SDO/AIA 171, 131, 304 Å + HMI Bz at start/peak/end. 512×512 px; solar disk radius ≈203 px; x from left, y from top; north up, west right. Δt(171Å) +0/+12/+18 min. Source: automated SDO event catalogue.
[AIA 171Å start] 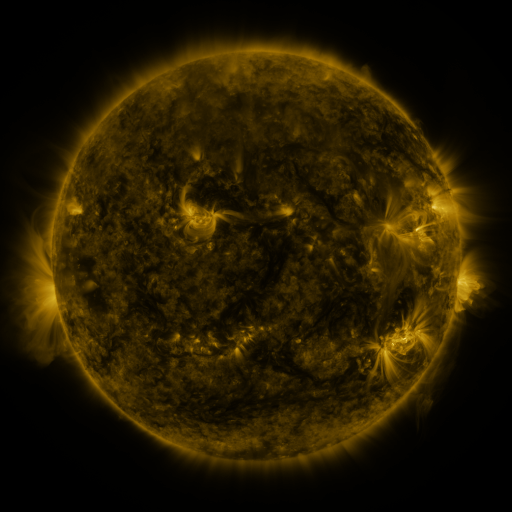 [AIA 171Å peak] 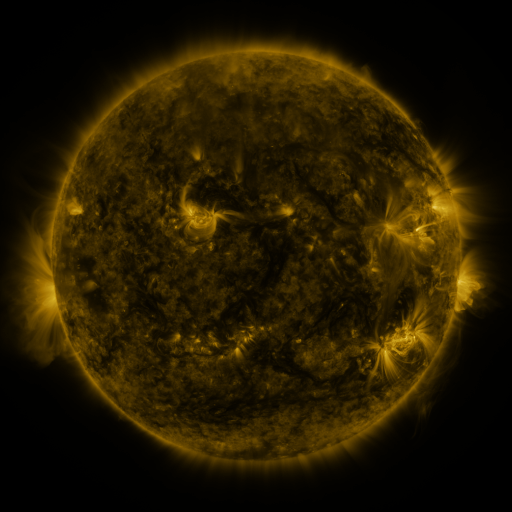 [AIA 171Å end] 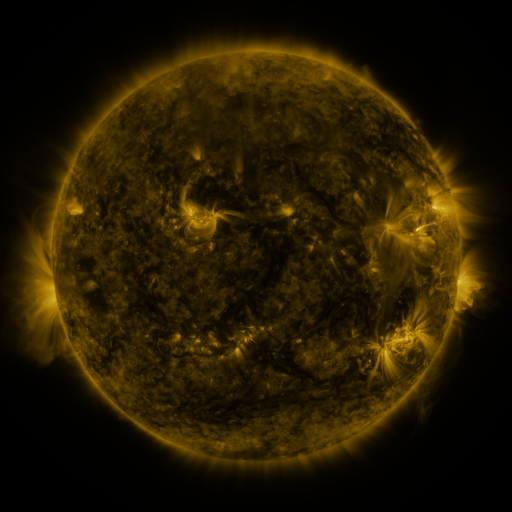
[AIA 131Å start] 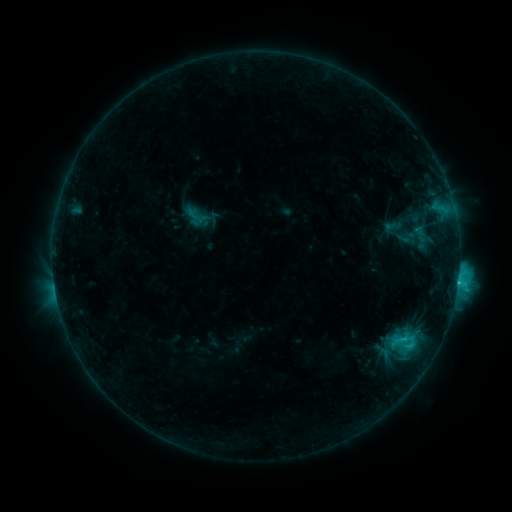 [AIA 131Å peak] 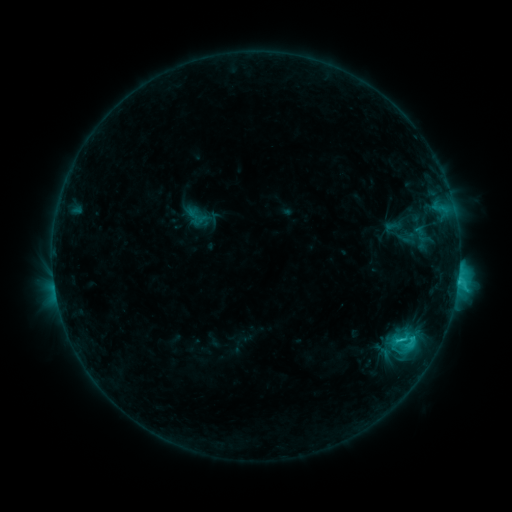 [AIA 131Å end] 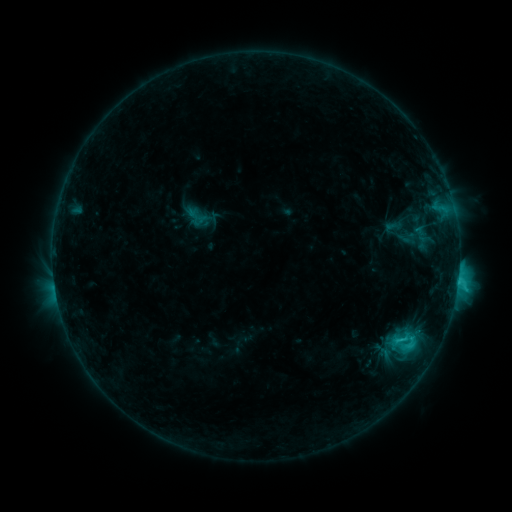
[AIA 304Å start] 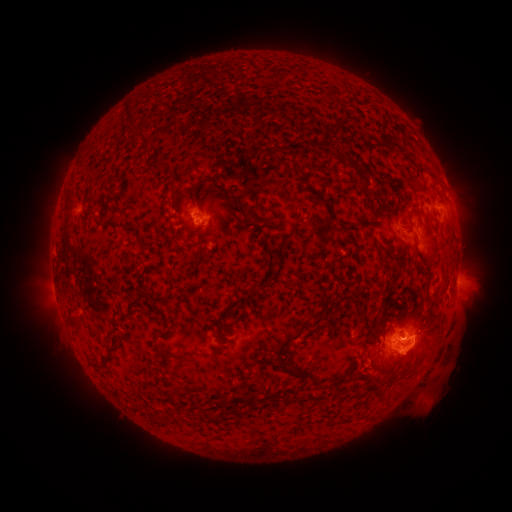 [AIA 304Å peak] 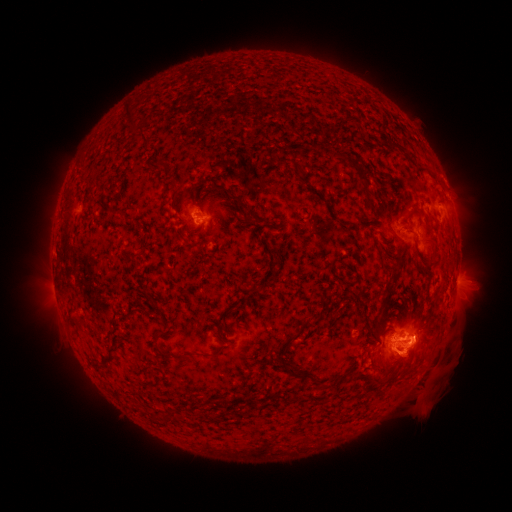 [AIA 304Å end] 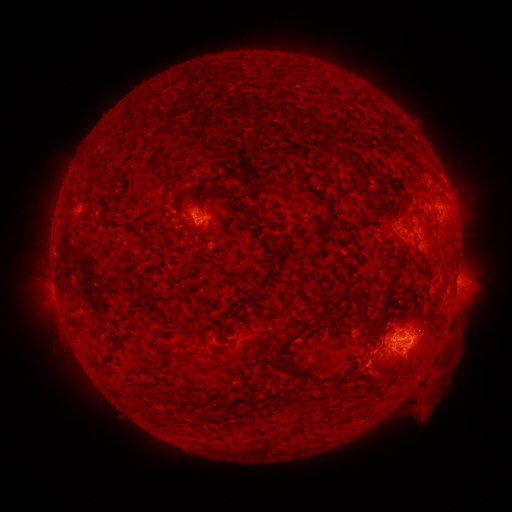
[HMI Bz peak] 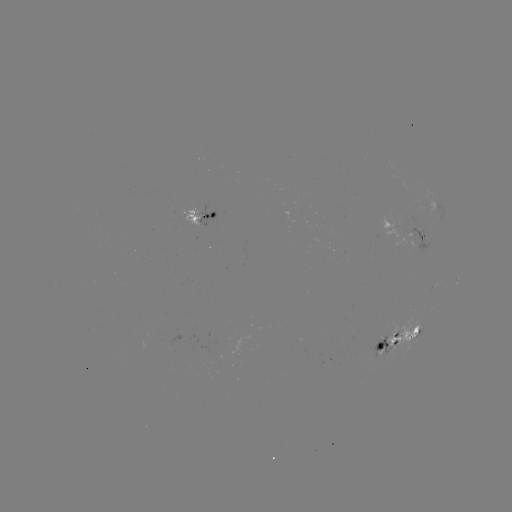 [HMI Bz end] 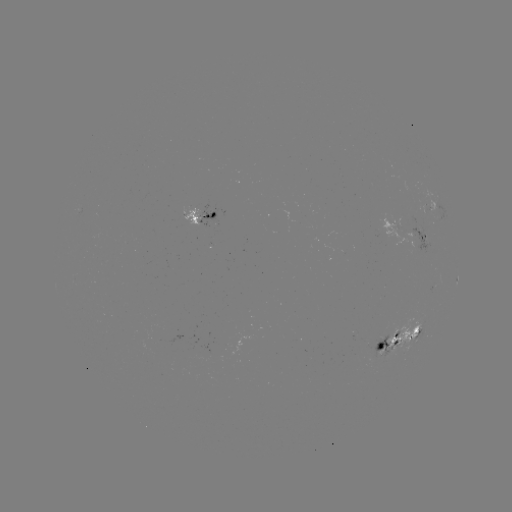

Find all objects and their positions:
eruption: (410, 359)
